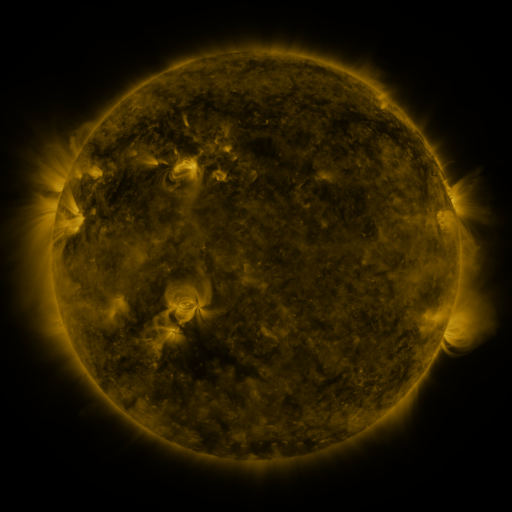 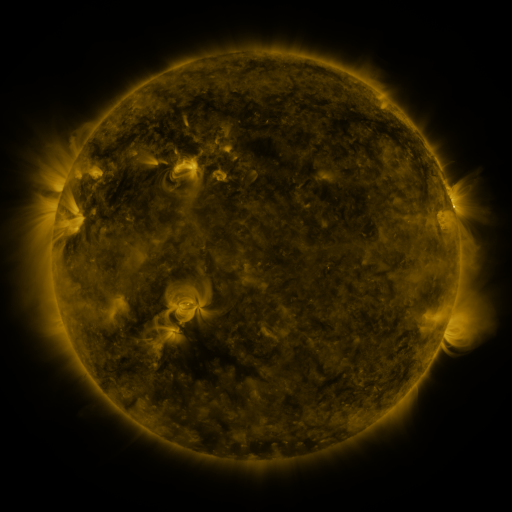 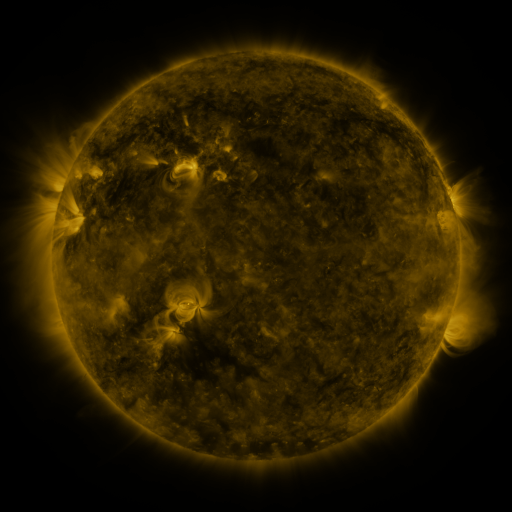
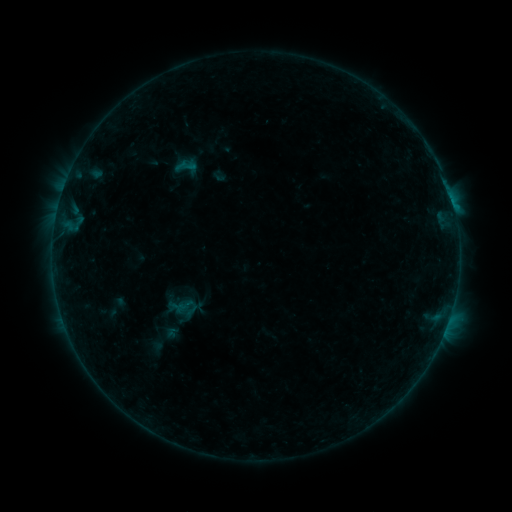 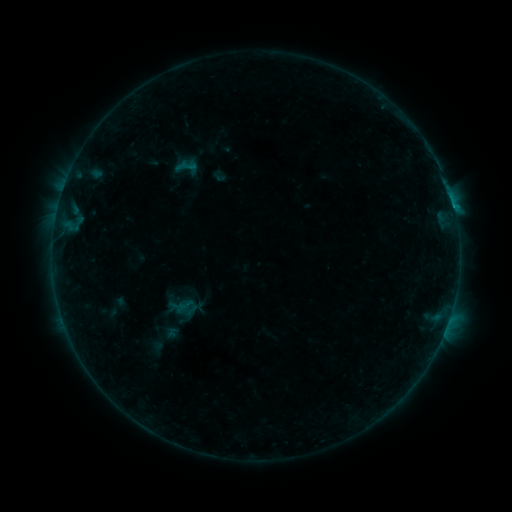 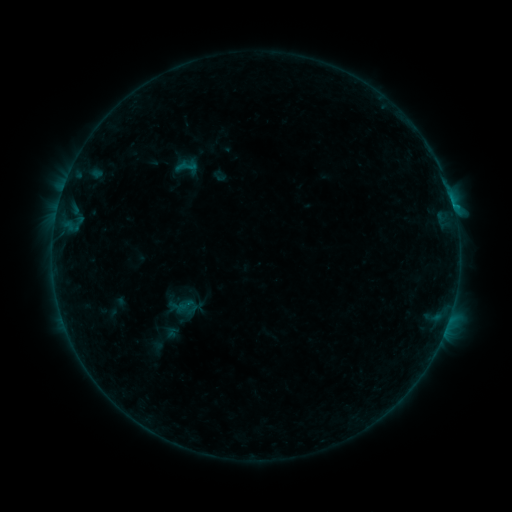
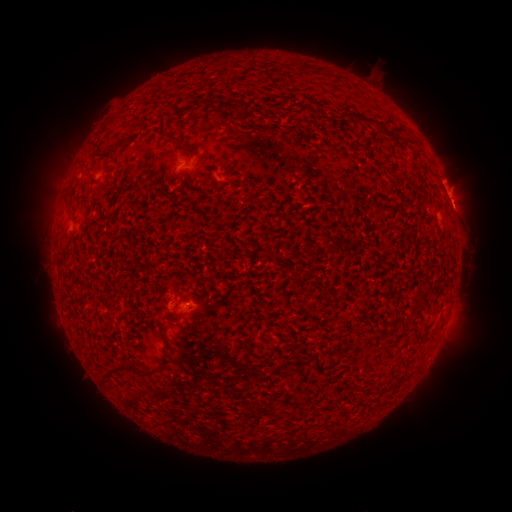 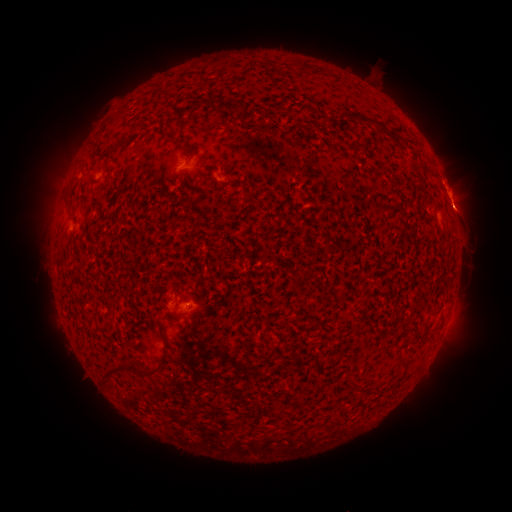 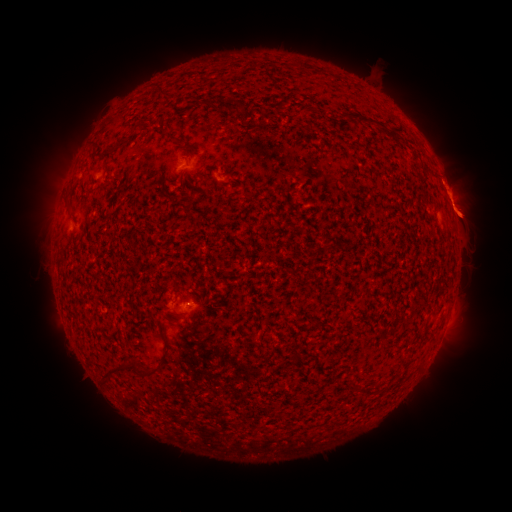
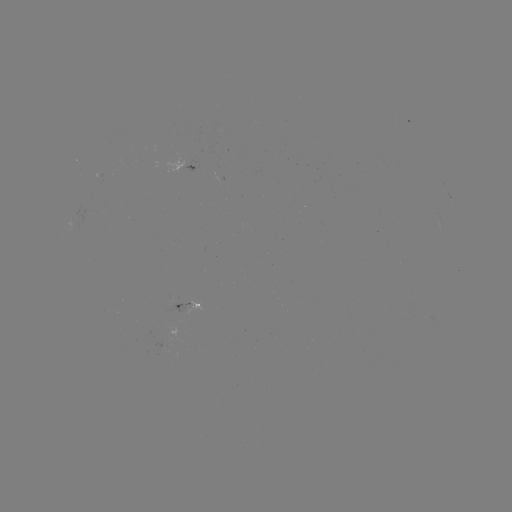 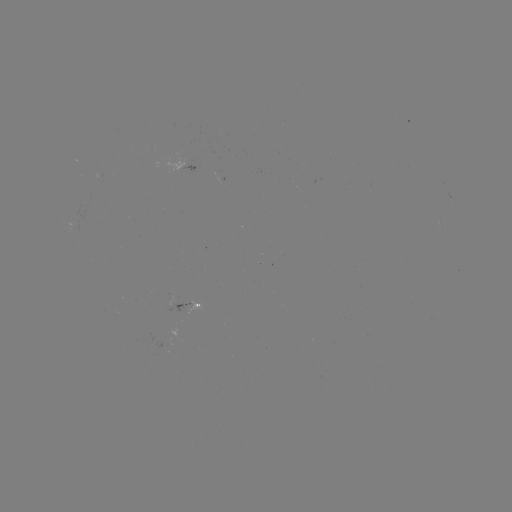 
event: flare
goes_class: B5.4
